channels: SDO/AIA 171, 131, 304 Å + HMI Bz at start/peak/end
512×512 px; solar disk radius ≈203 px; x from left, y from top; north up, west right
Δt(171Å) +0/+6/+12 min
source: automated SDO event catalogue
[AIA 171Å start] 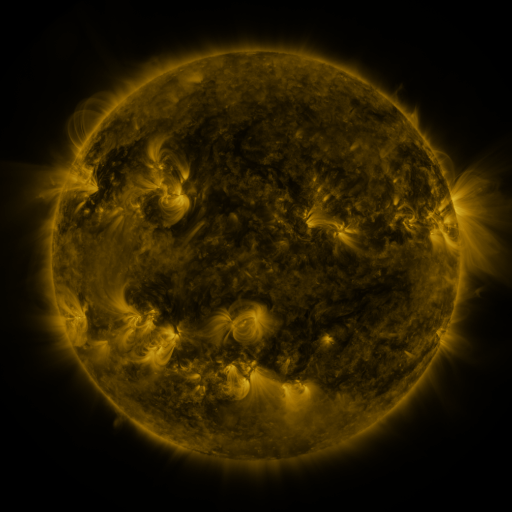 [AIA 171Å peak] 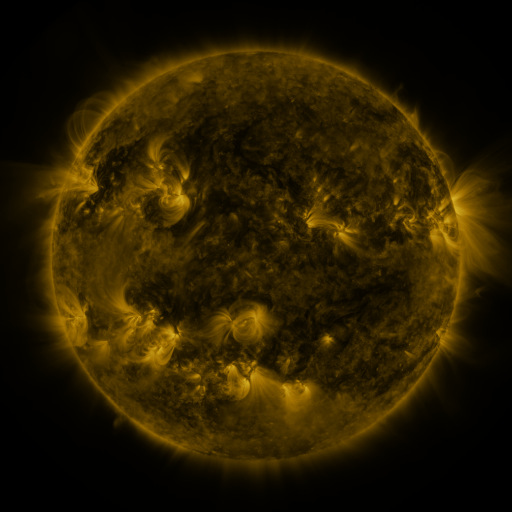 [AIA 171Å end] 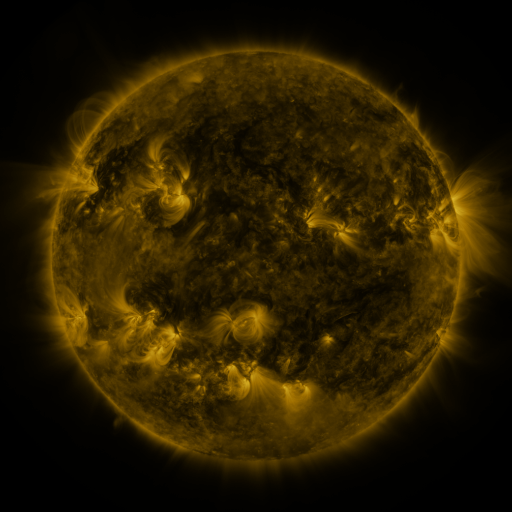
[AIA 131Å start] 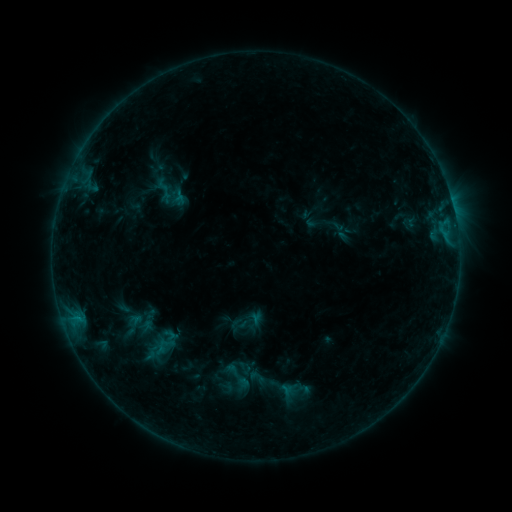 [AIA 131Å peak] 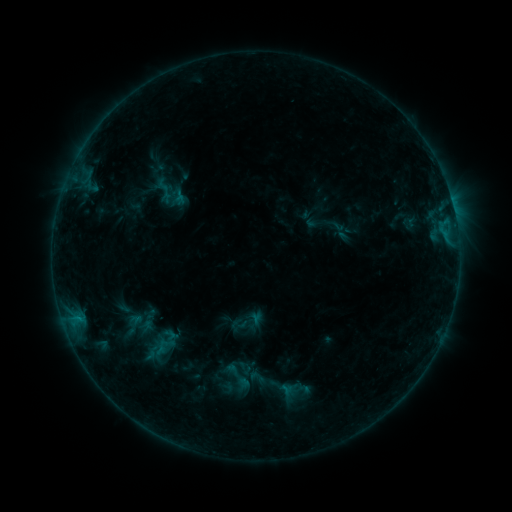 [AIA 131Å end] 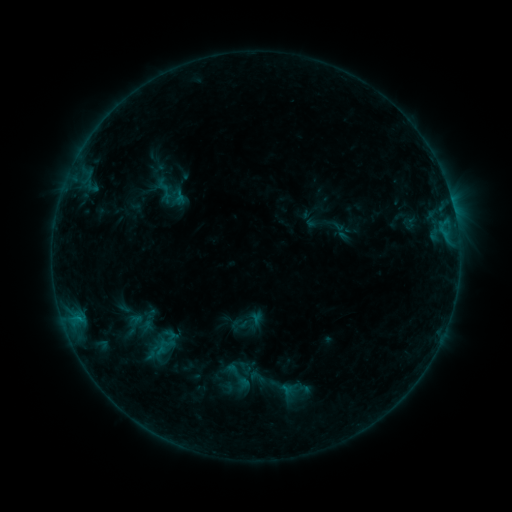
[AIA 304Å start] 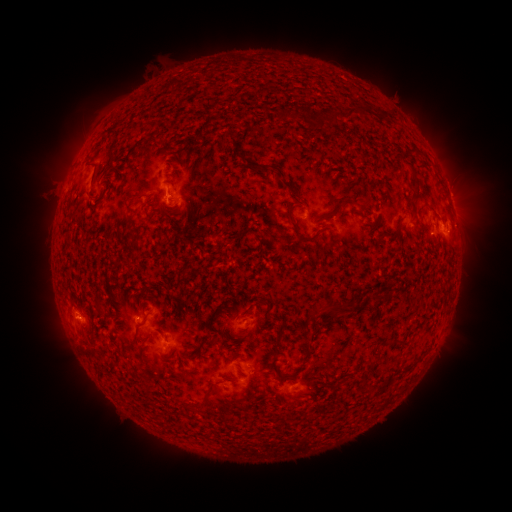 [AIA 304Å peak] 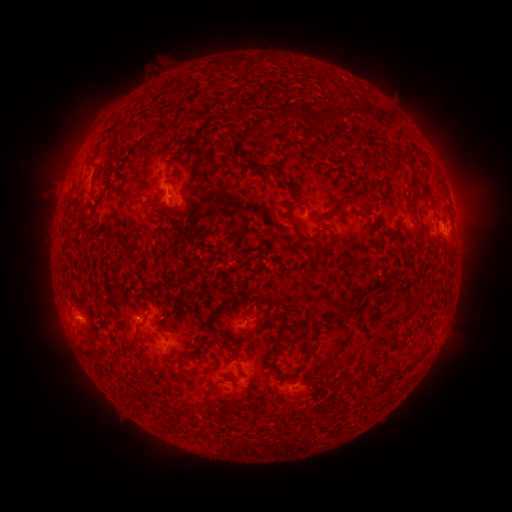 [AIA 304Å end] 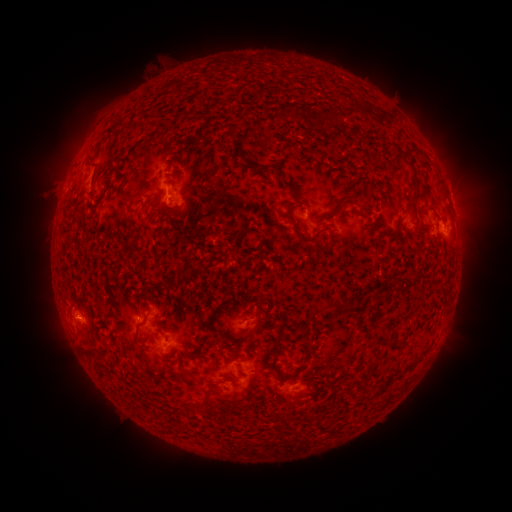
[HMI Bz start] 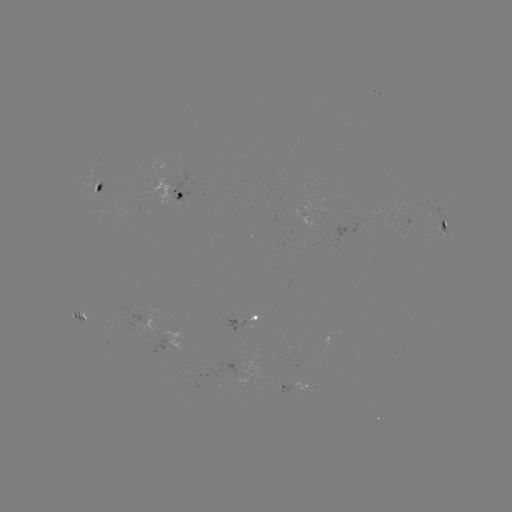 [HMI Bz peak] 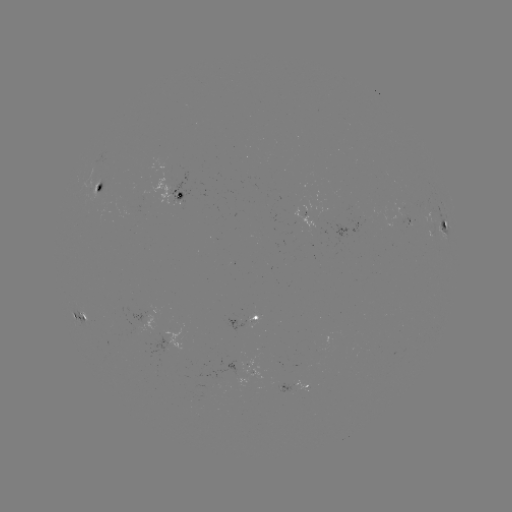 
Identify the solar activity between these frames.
no catalogued flare and no flagged EUV brightening in this window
